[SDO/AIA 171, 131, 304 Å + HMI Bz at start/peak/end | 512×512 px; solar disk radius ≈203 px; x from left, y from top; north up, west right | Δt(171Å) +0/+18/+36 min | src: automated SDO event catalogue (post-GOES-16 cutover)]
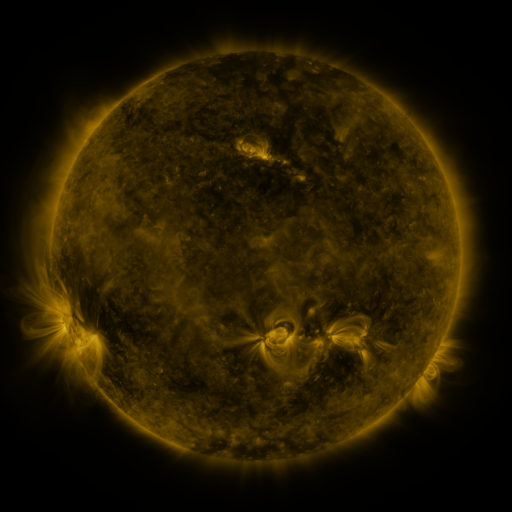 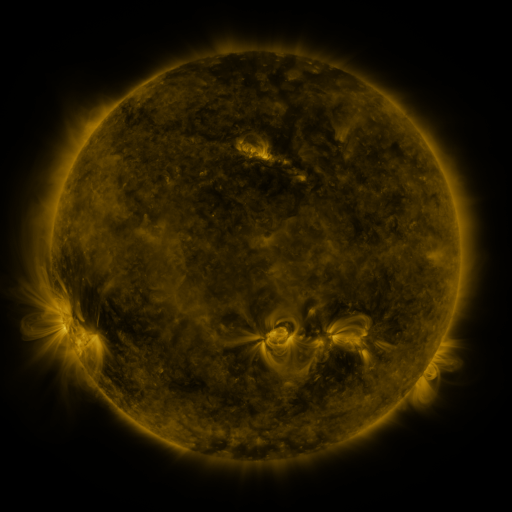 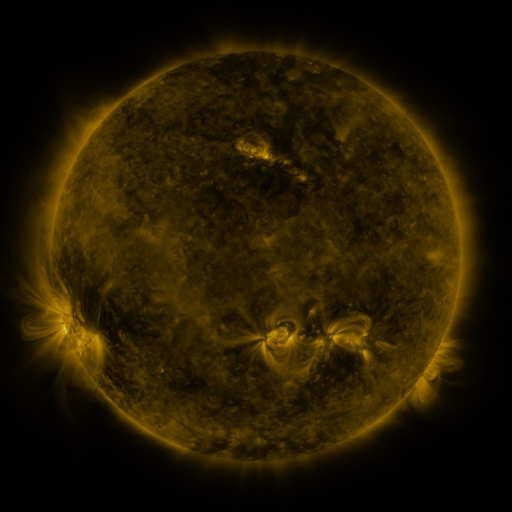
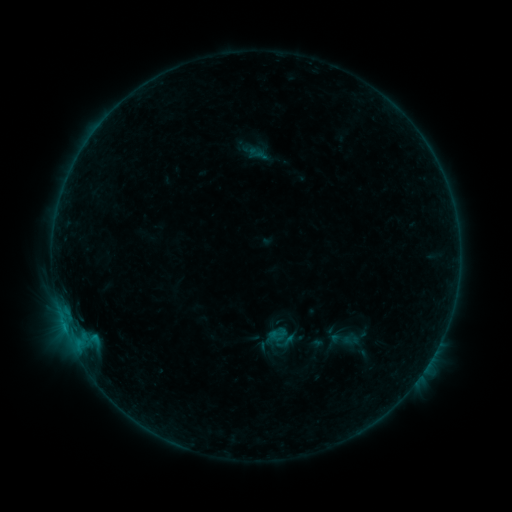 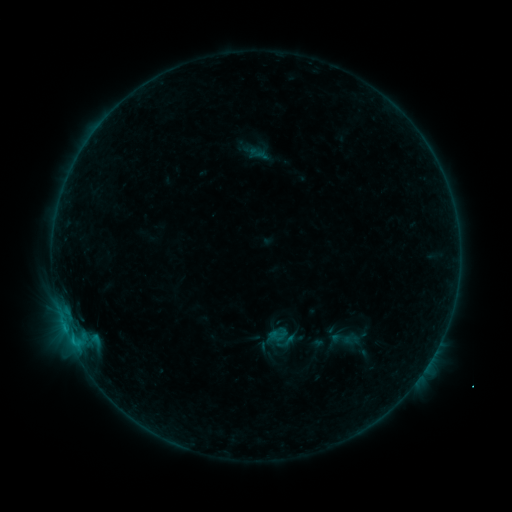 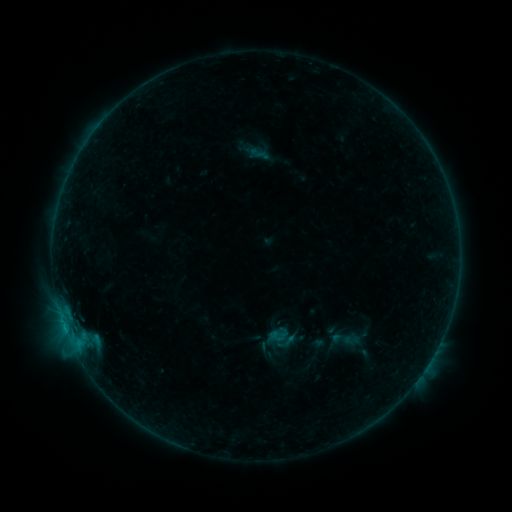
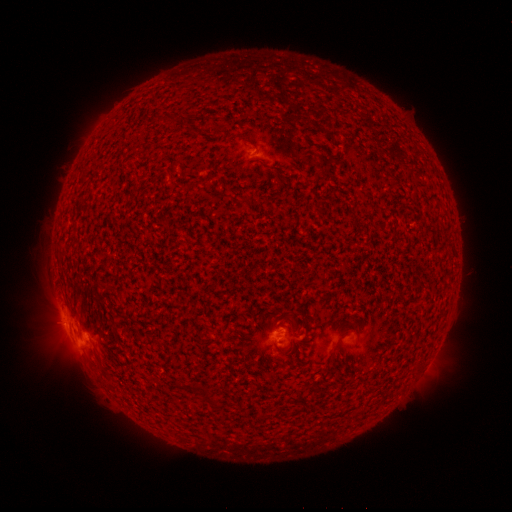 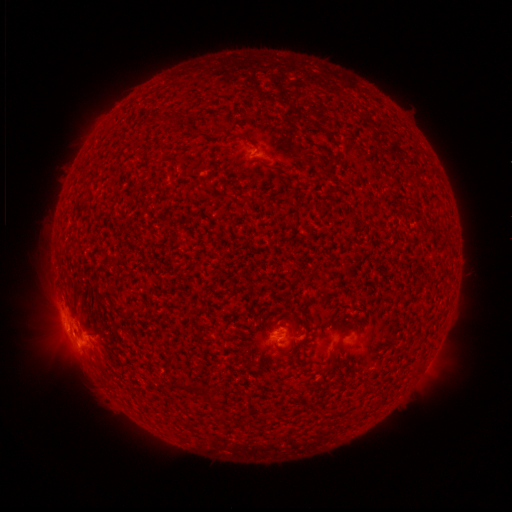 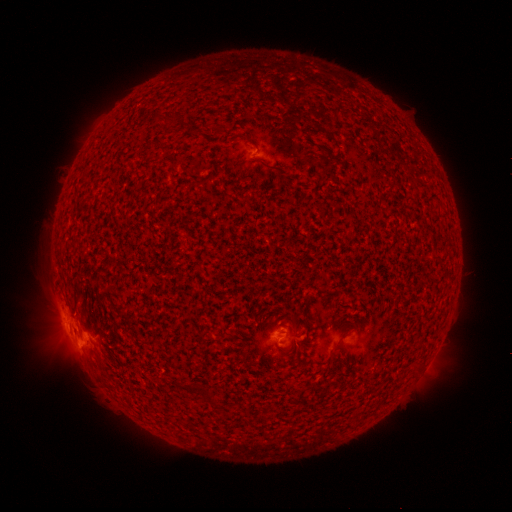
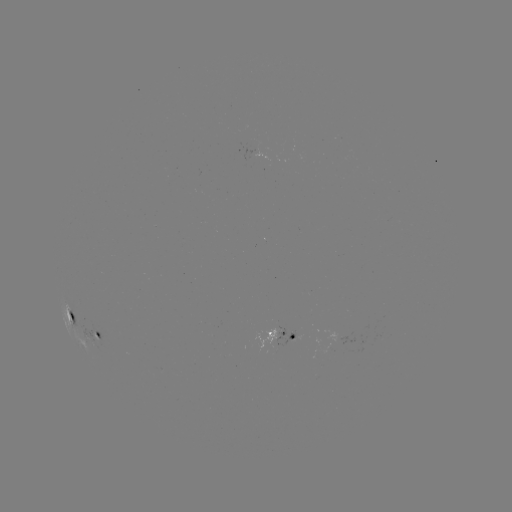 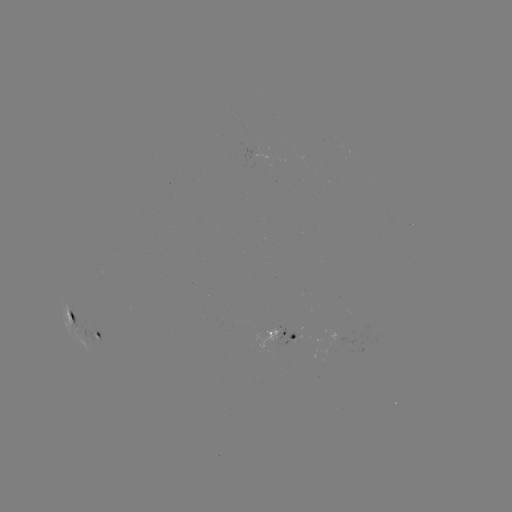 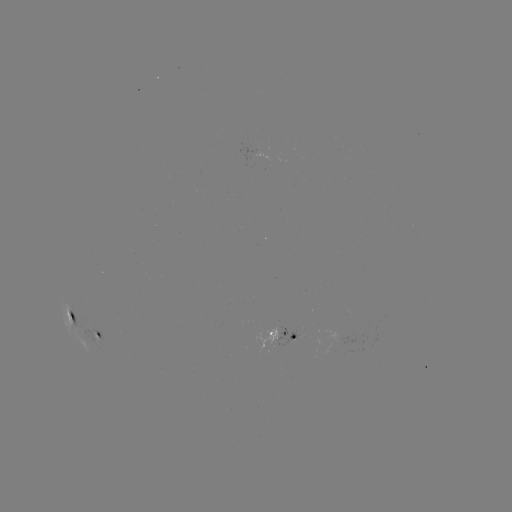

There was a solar flare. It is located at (72, 339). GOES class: B8.6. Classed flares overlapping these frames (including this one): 2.